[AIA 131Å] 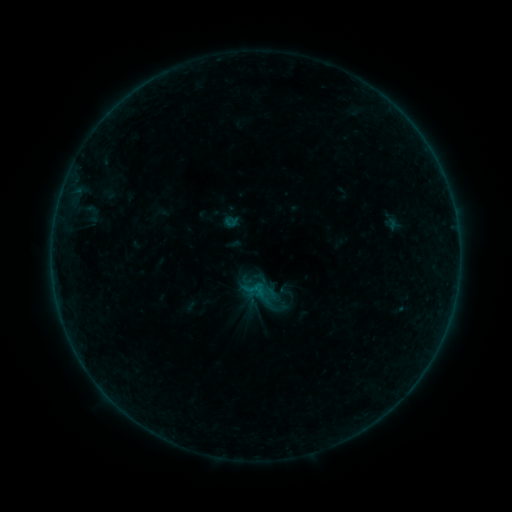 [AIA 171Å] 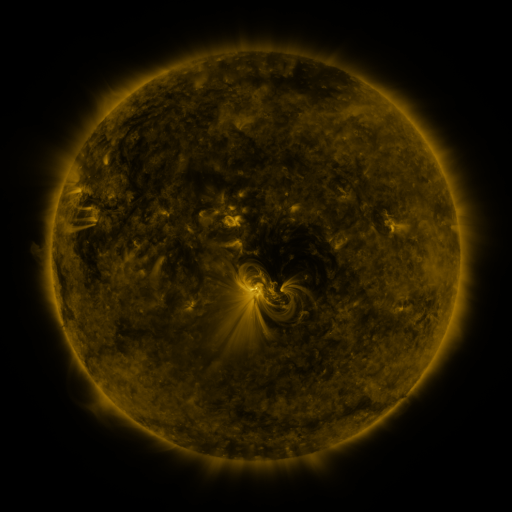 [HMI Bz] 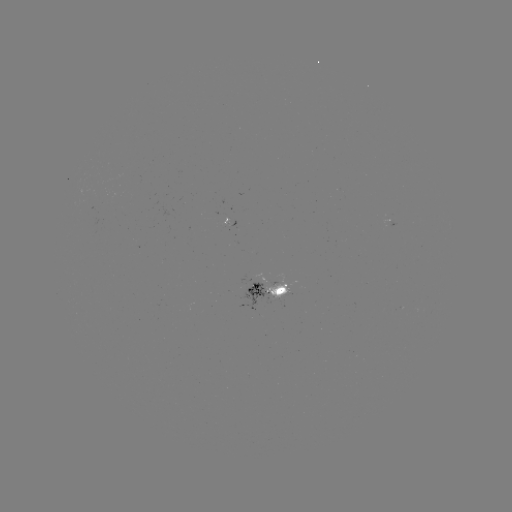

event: sigmoid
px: (286, 291)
